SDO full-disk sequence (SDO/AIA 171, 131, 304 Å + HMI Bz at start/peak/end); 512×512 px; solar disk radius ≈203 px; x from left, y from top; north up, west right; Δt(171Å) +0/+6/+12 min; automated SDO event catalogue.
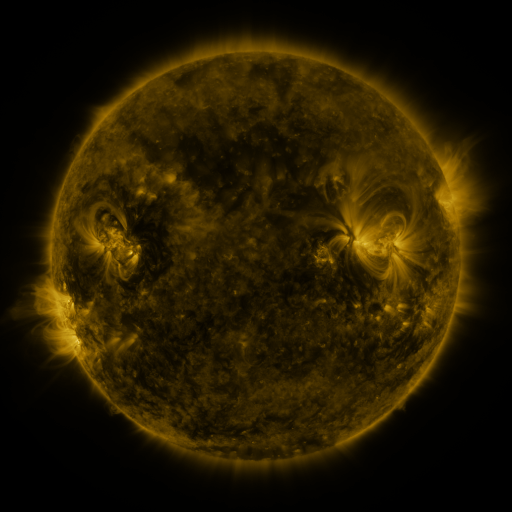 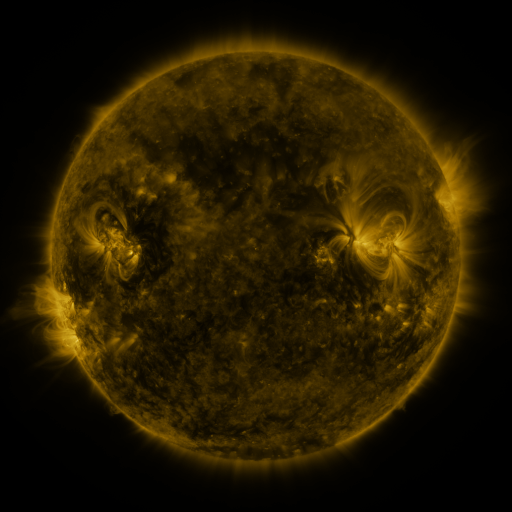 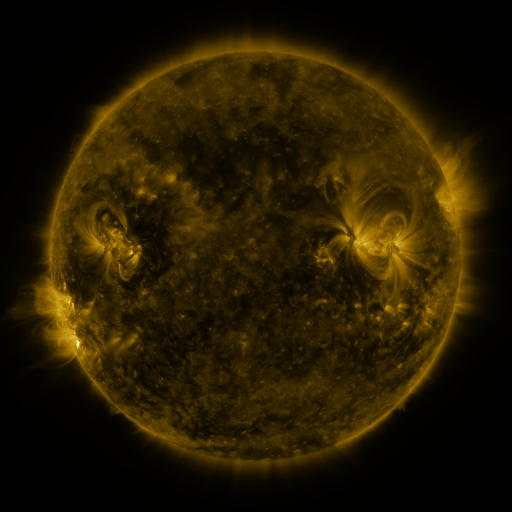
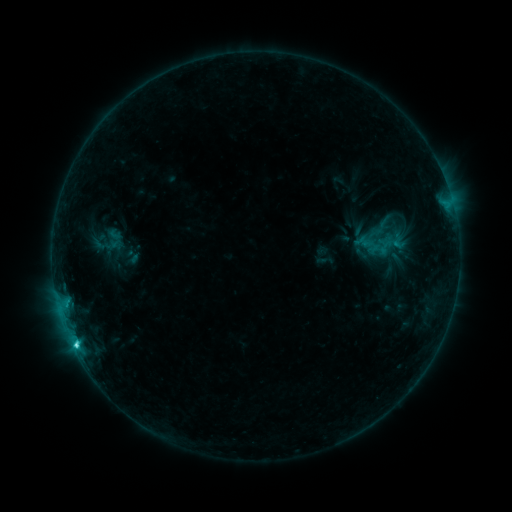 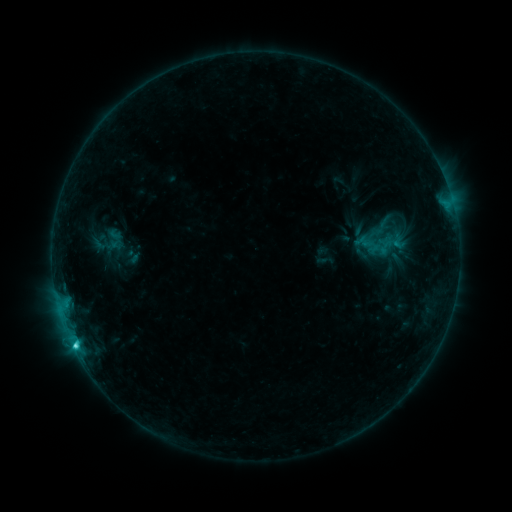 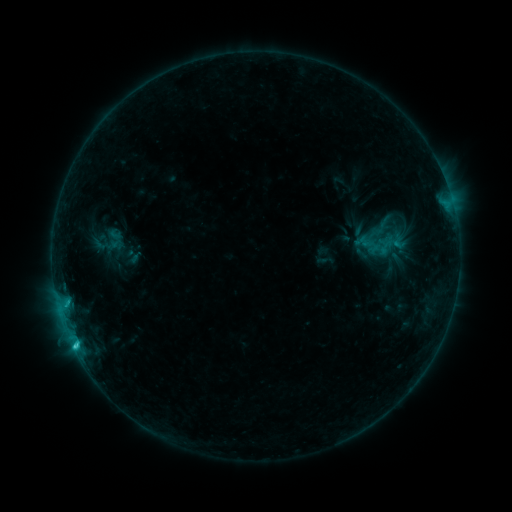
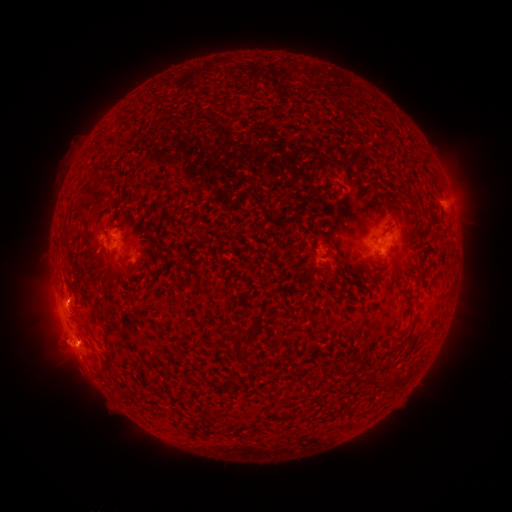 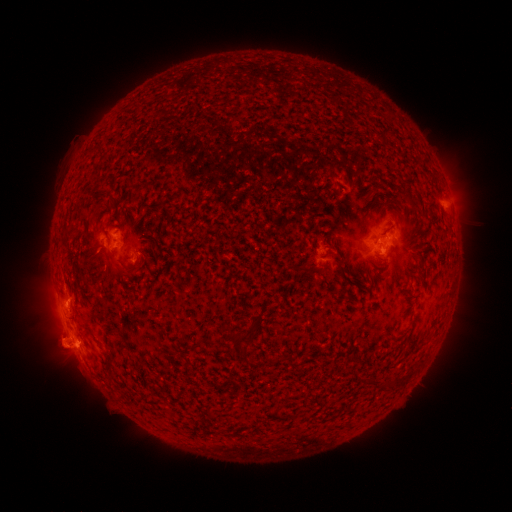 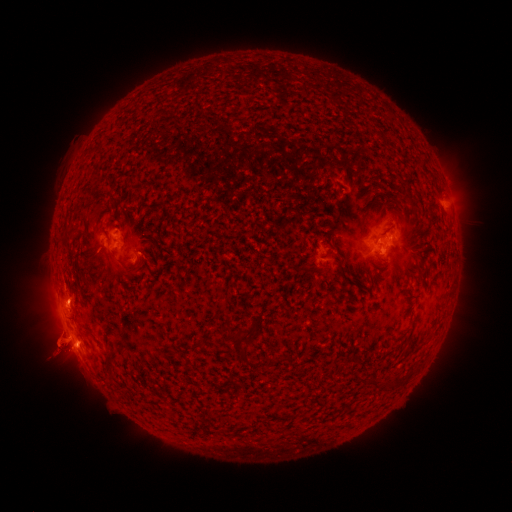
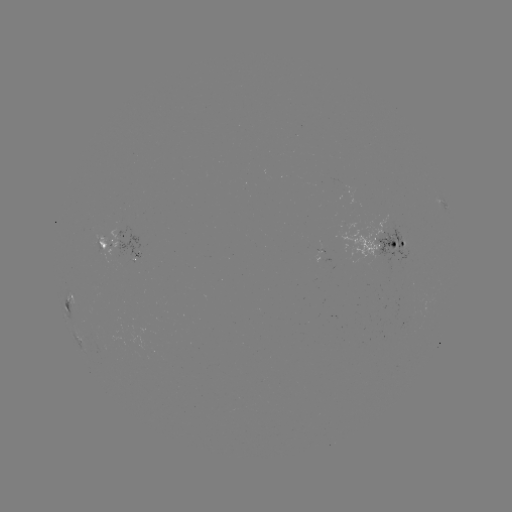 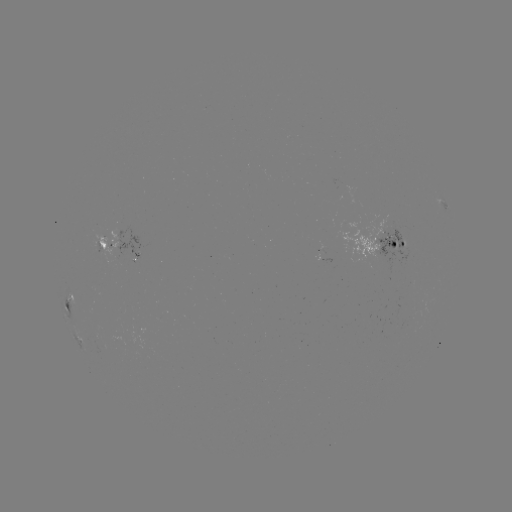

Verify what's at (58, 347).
eruption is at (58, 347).